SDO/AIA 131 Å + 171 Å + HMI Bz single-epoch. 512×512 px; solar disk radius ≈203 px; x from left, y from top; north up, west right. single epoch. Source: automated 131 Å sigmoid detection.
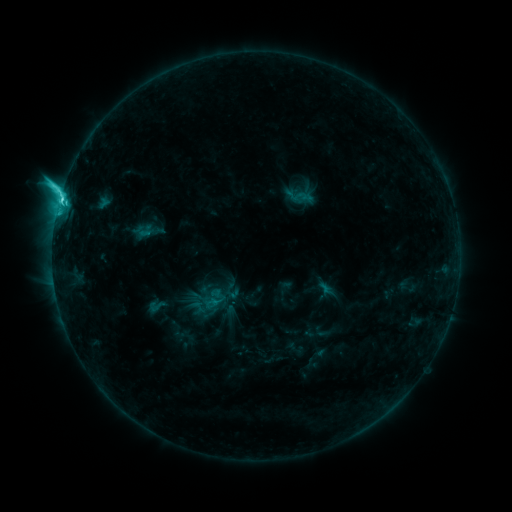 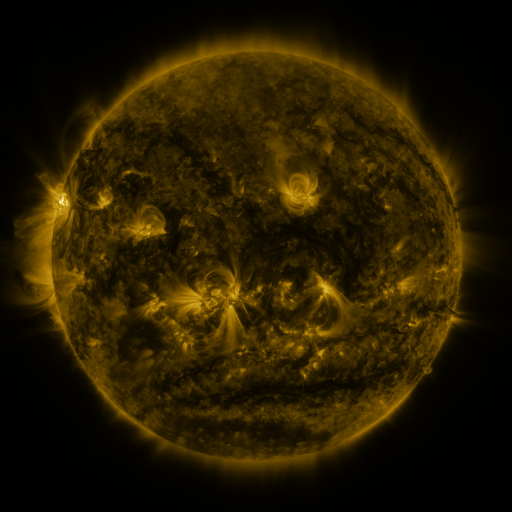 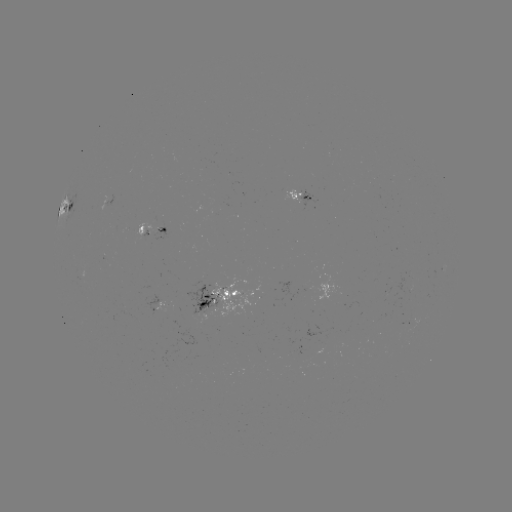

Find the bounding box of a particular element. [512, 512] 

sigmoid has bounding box [144, 296, 168, 315].